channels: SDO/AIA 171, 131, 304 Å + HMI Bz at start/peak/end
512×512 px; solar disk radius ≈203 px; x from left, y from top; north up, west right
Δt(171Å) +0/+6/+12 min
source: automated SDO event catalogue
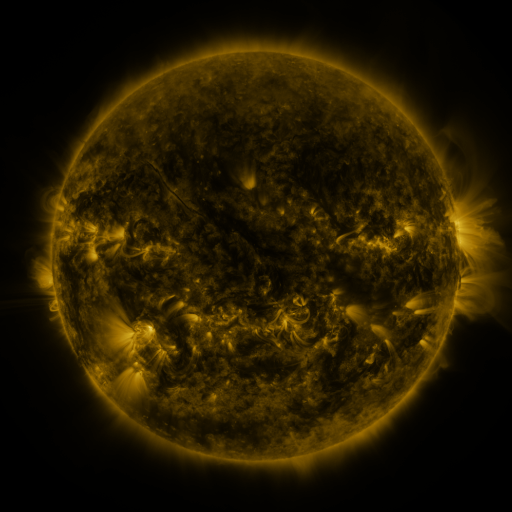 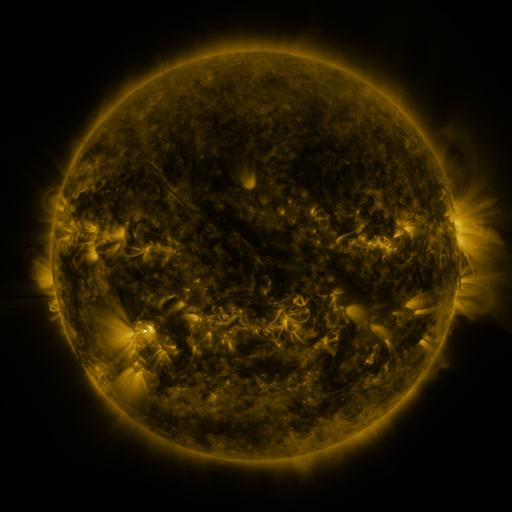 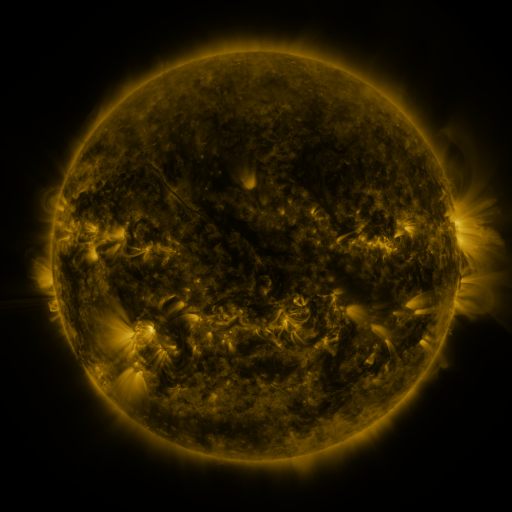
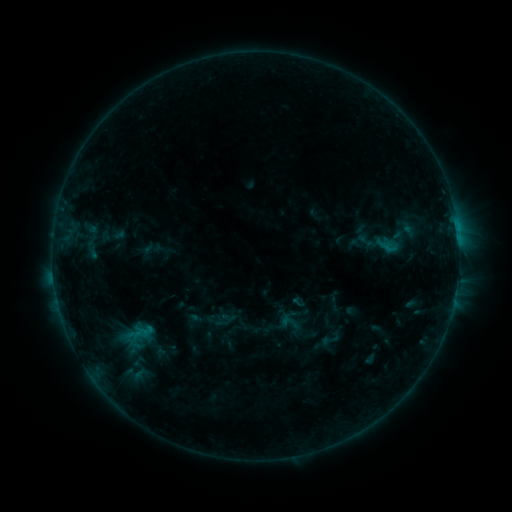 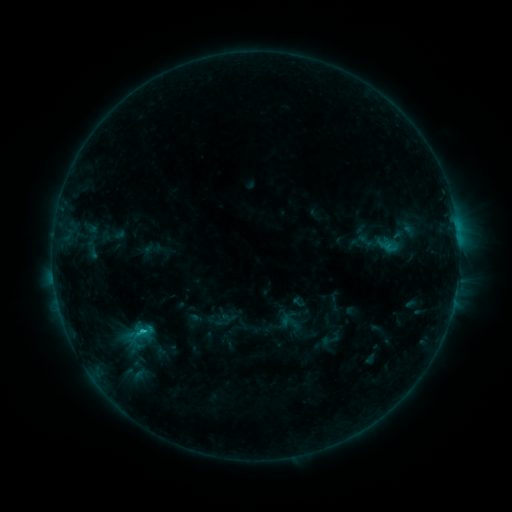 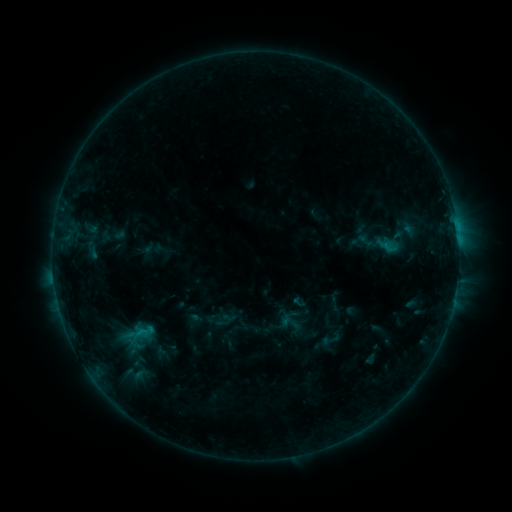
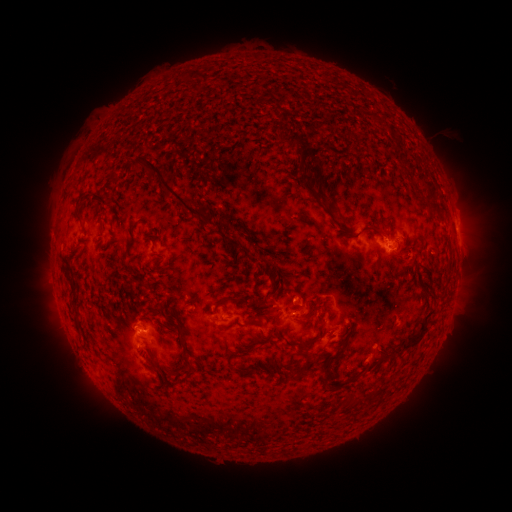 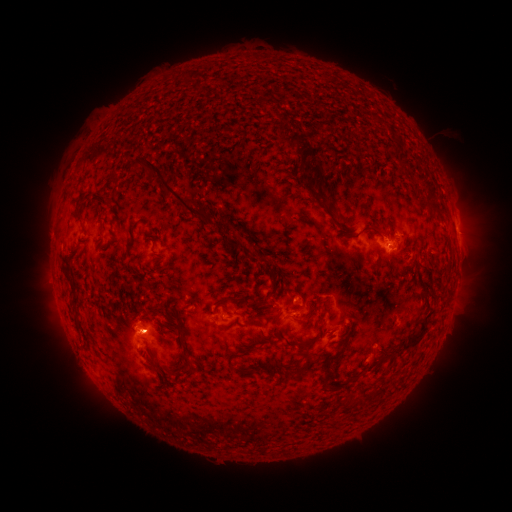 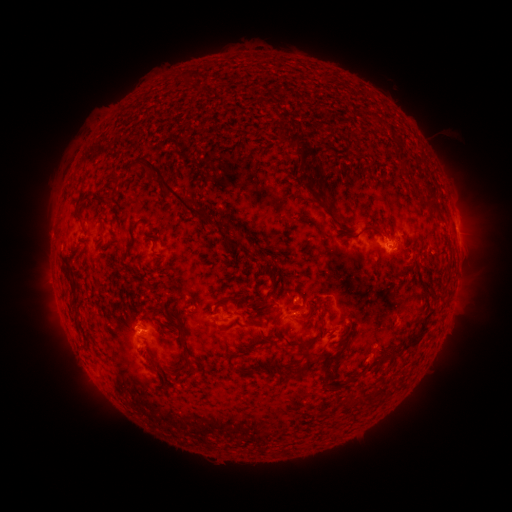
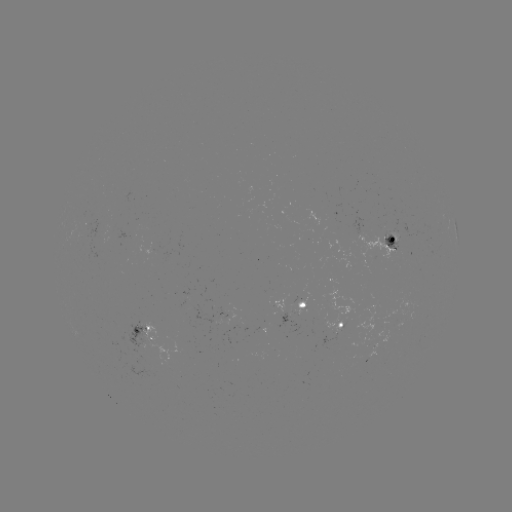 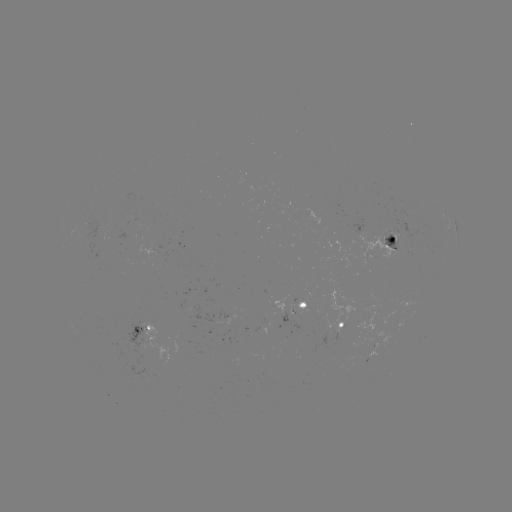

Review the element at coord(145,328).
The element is C1.0 flare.